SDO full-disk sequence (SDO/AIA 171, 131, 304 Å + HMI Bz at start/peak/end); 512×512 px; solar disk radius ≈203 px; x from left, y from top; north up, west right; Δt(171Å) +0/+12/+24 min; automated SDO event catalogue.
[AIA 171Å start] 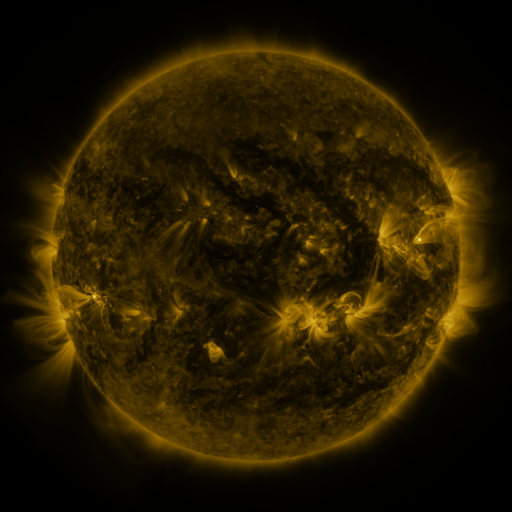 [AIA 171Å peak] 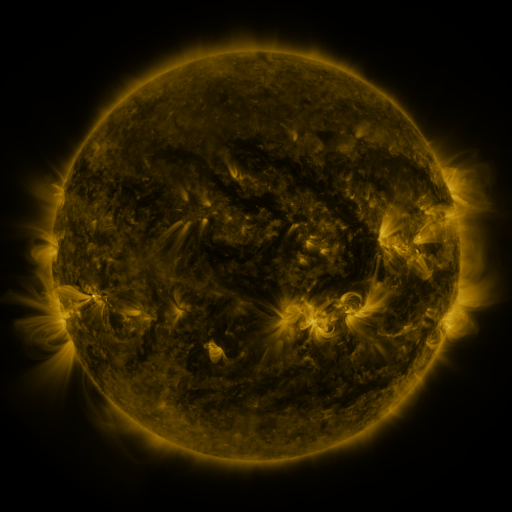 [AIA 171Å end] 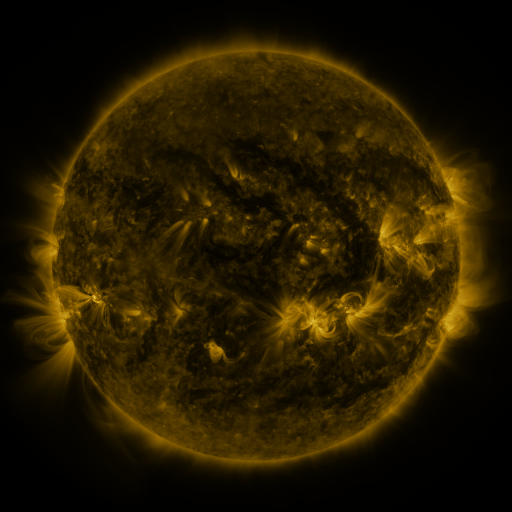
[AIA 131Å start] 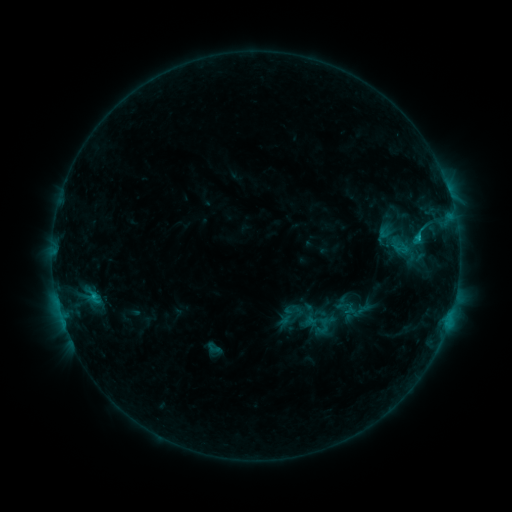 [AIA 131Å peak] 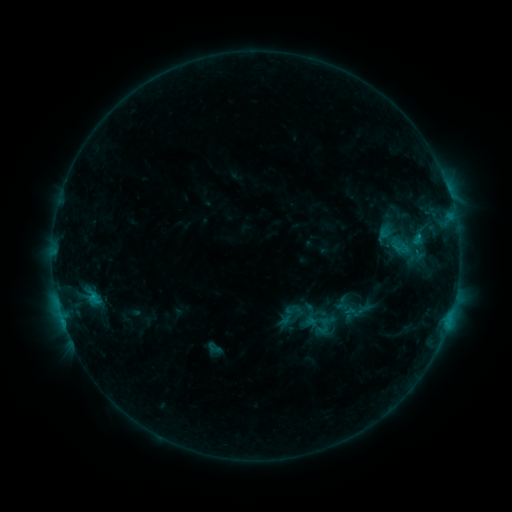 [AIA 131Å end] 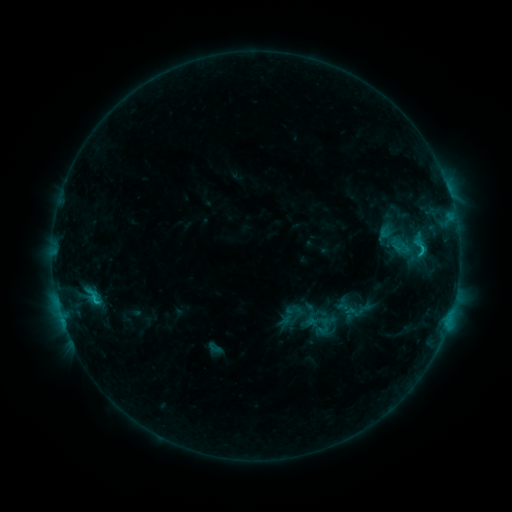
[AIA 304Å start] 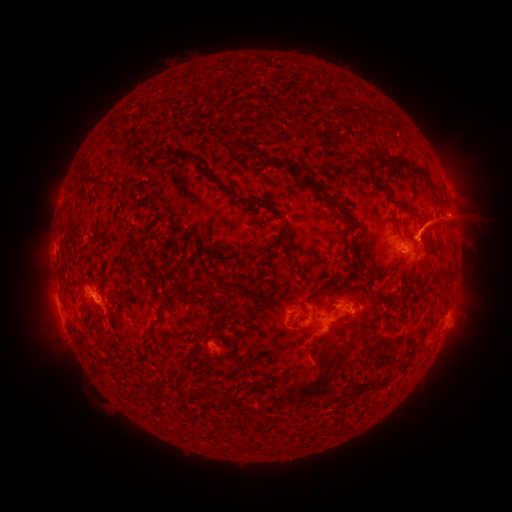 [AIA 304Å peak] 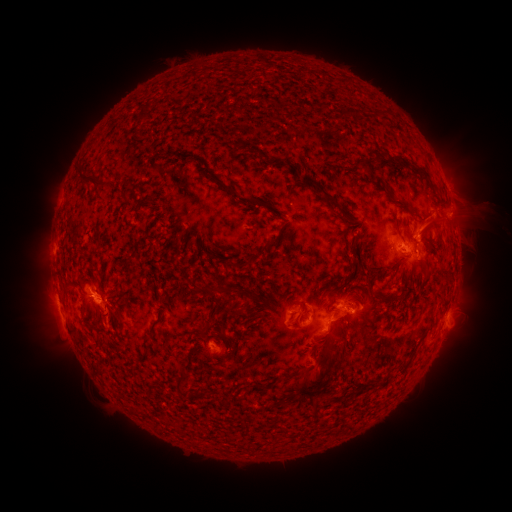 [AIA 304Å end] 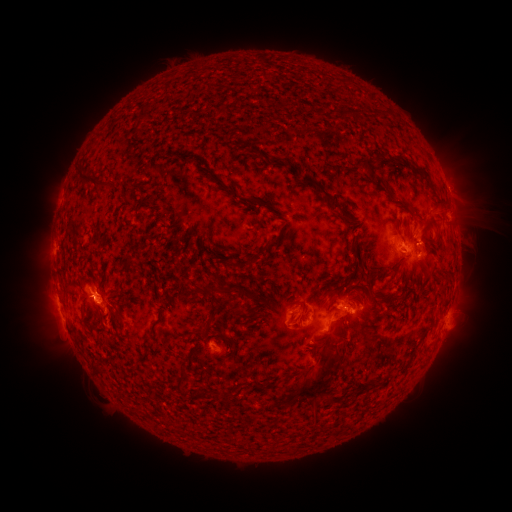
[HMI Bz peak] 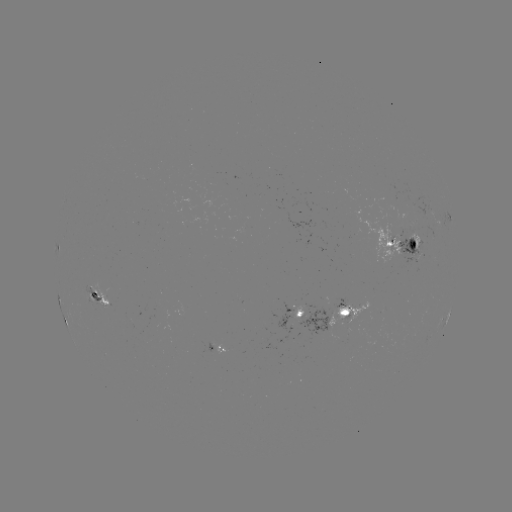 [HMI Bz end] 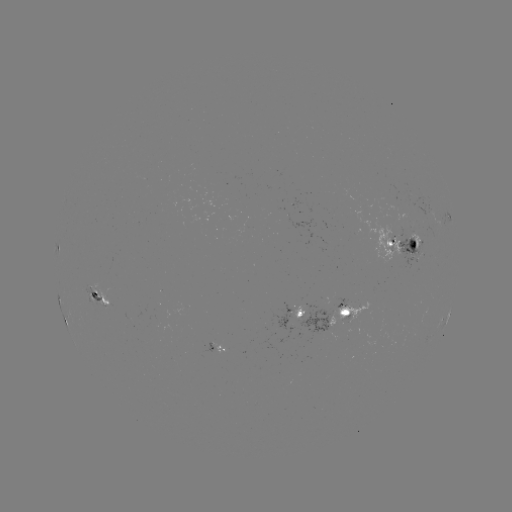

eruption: (407, 193, 496, 245)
